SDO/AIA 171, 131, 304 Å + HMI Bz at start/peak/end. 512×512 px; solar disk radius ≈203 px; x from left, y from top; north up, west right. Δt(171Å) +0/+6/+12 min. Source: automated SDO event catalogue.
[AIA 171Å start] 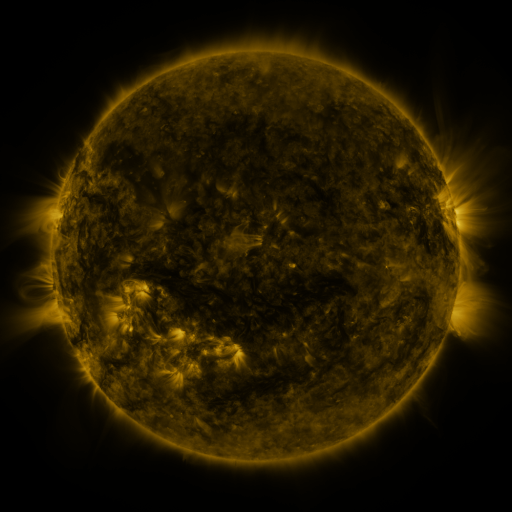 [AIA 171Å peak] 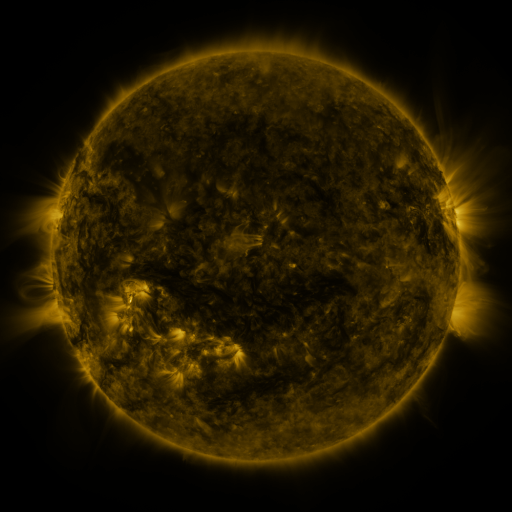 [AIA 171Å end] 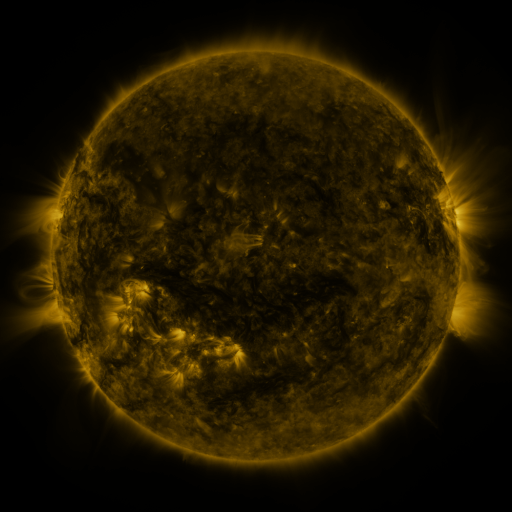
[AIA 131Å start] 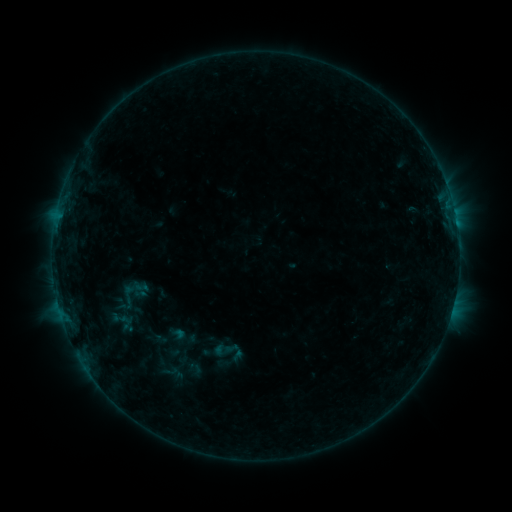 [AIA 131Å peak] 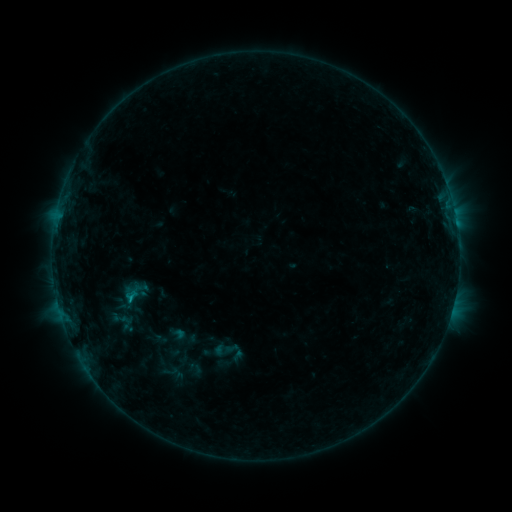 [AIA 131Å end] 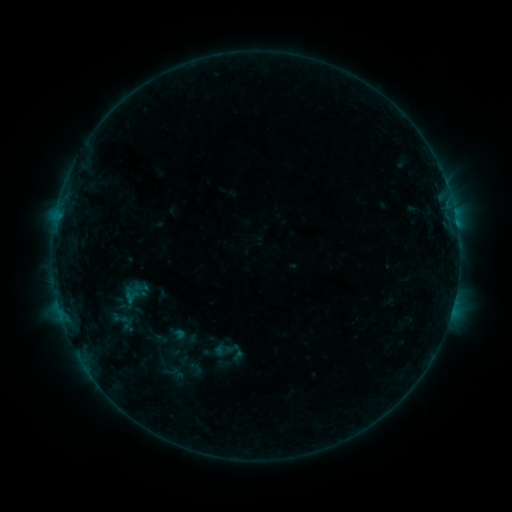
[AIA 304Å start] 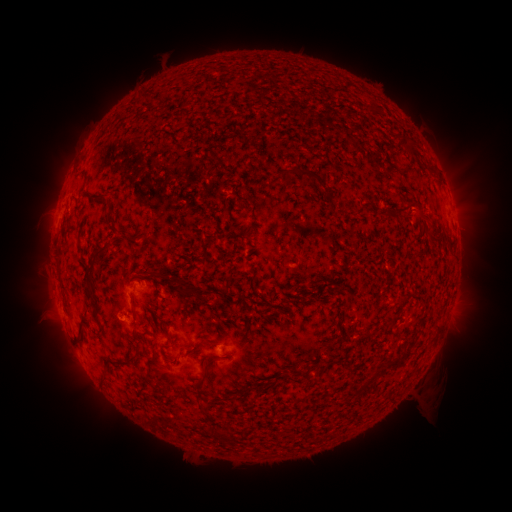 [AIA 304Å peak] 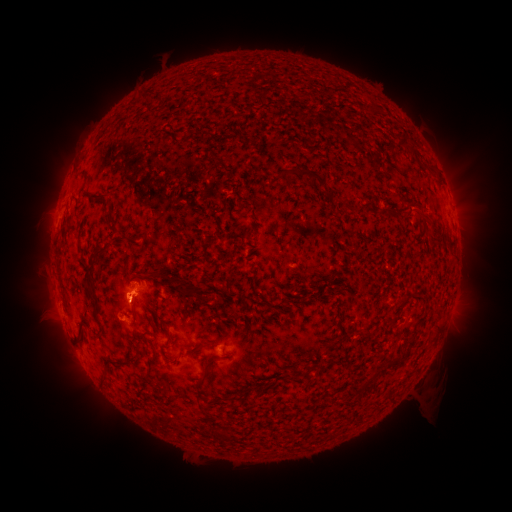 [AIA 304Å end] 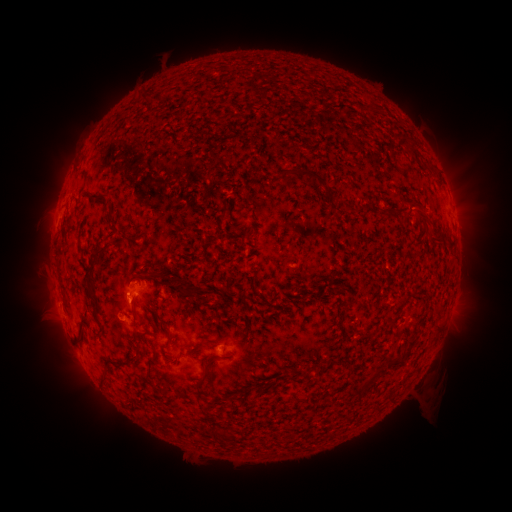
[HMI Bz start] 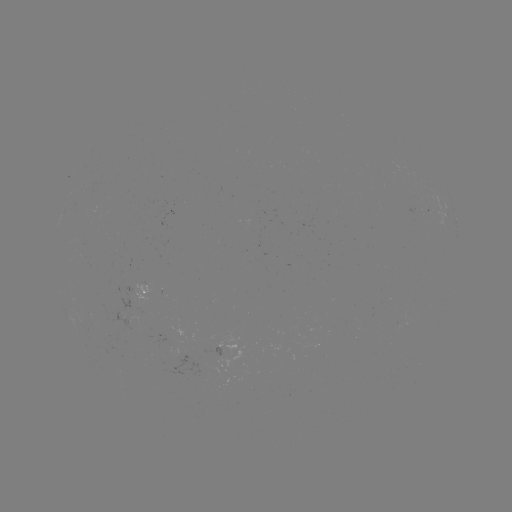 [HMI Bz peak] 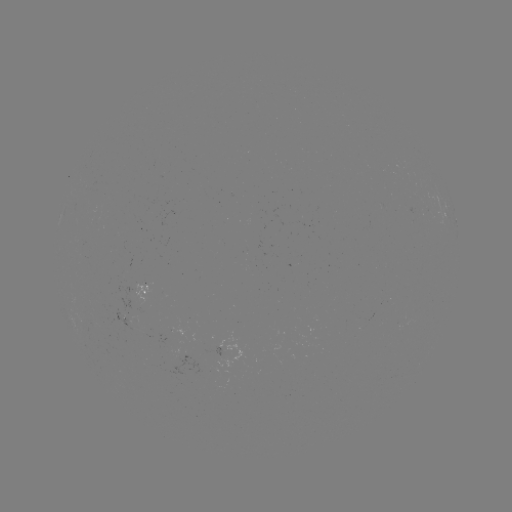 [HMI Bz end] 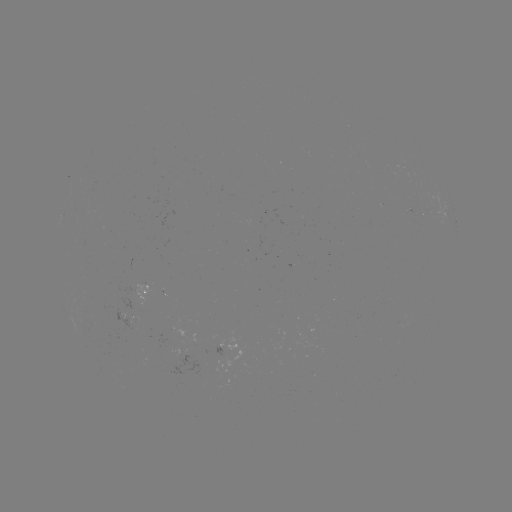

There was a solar flare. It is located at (133, 294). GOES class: B4.1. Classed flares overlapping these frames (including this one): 1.